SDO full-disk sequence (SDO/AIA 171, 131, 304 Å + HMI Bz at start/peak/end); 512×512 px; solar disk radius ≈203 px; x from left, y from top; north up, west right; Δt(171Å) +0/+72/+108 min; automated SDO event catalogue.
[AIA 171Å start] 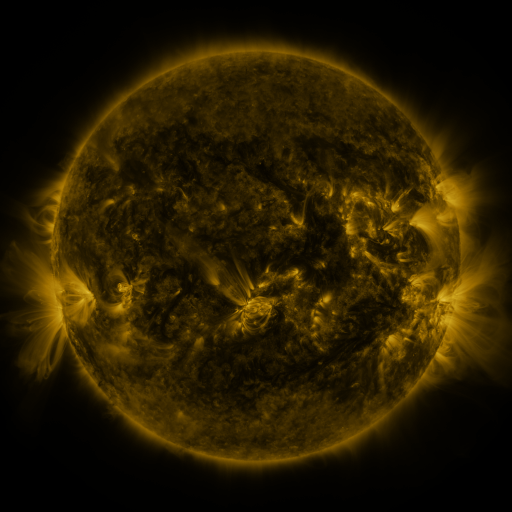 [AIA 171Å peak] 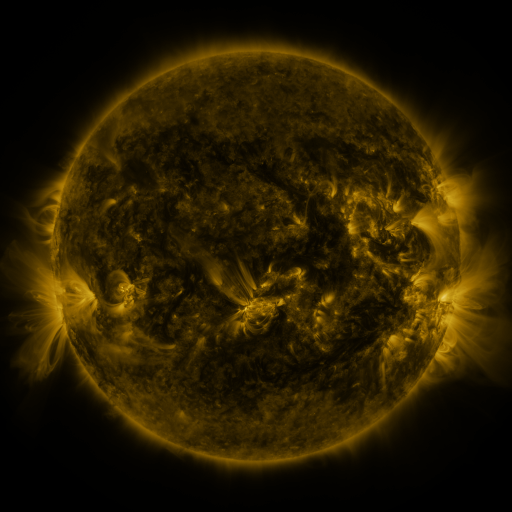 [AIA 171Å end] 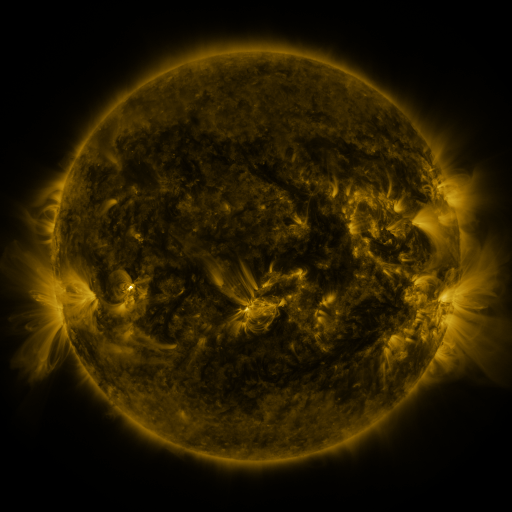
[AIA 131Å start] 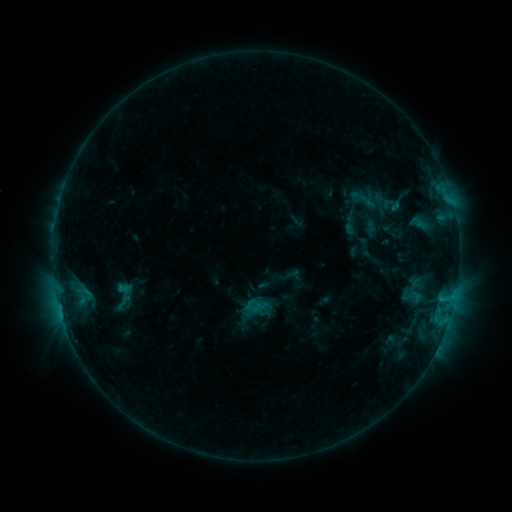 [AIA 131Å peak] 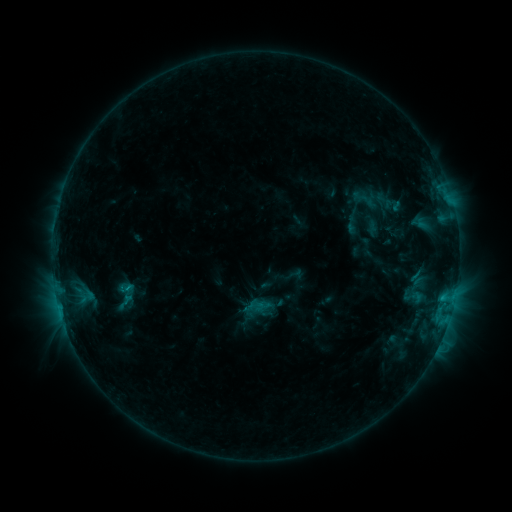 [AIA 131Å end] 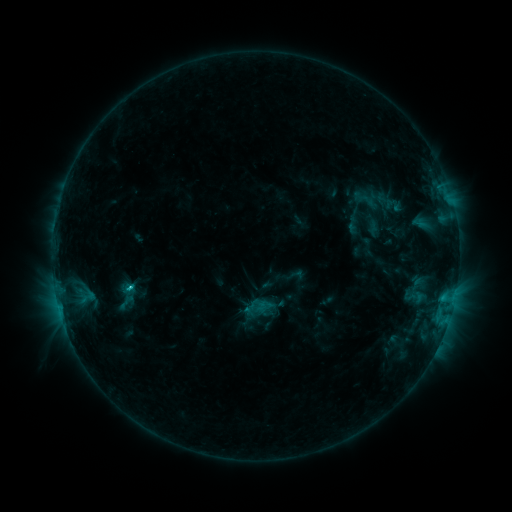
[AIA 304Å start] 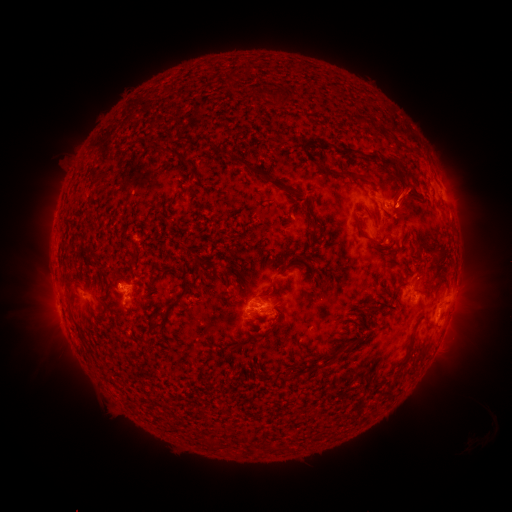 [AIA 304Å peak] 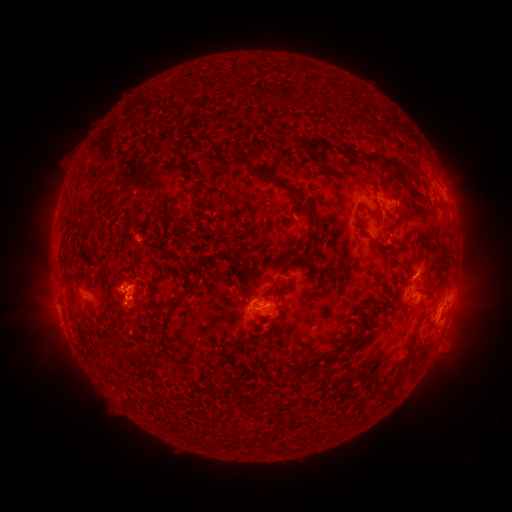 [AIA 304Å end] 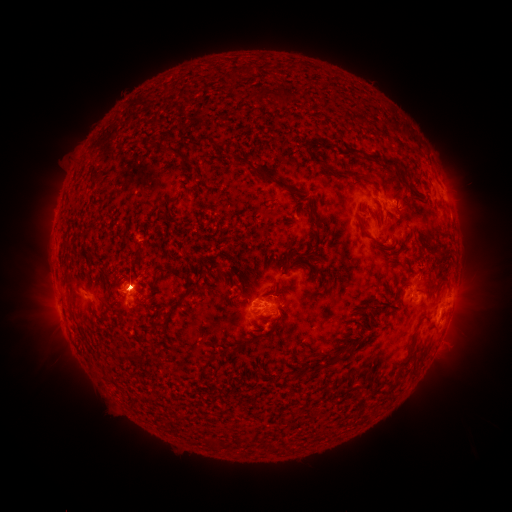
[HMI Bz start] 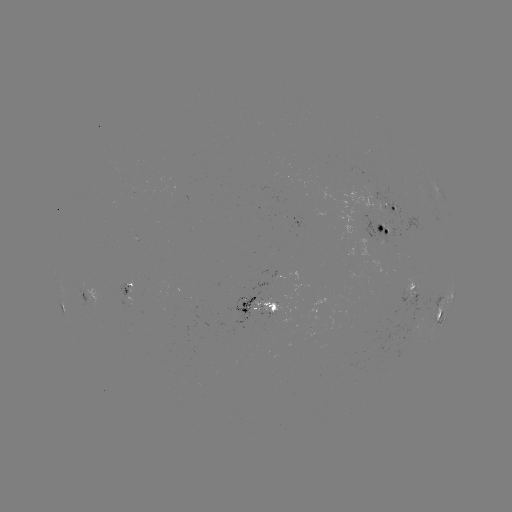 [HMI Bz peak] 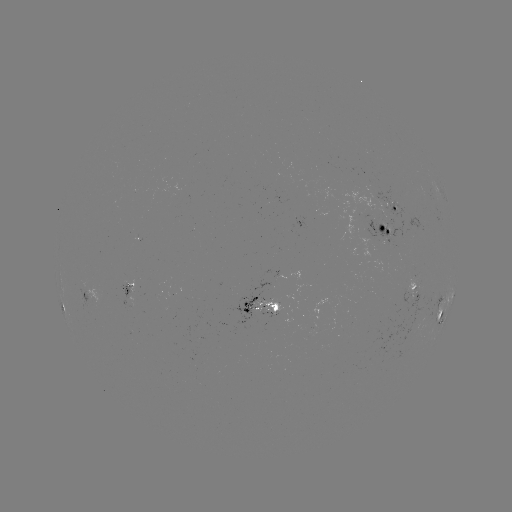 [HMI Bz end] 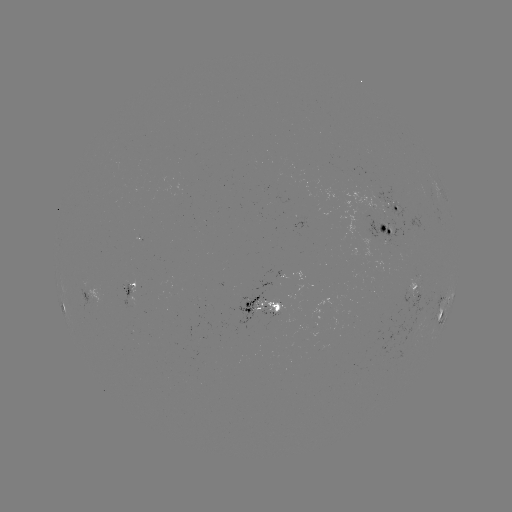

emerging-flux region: [362, 220, 404, 246]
